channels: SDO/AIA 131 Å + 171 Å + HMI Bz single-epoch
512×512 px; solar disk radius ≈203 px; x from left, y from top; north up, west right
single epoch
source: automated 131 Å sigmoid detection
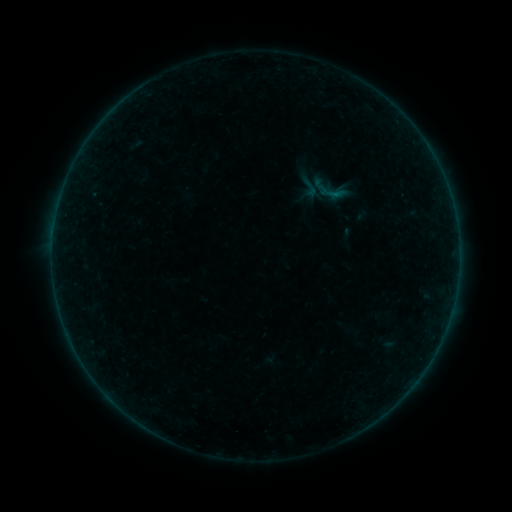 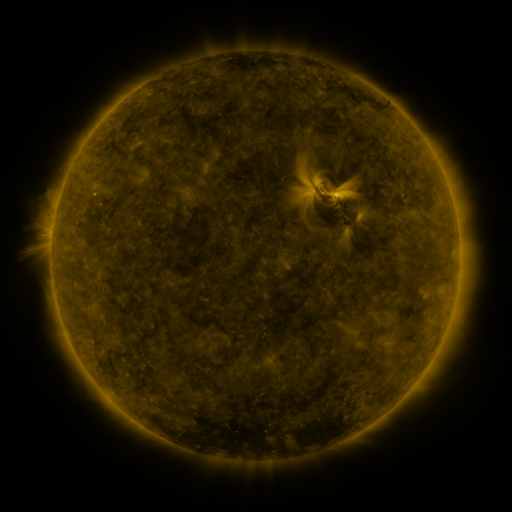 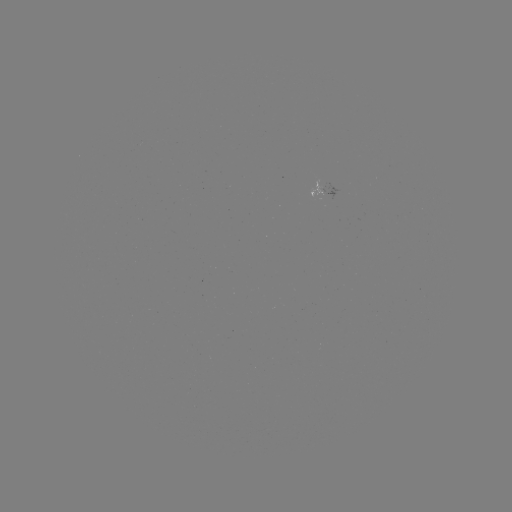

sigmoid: <bbox>300, 179, 320, 198</bbox>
